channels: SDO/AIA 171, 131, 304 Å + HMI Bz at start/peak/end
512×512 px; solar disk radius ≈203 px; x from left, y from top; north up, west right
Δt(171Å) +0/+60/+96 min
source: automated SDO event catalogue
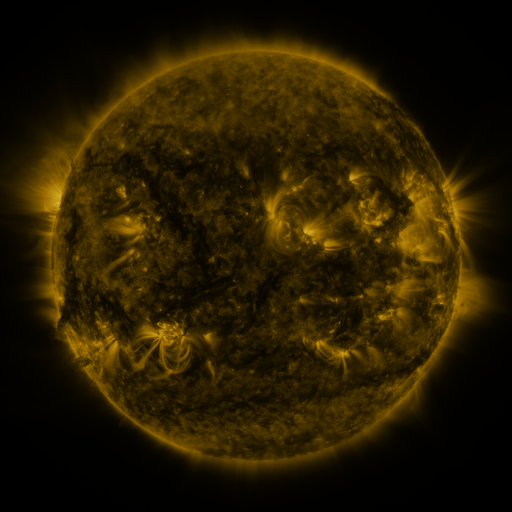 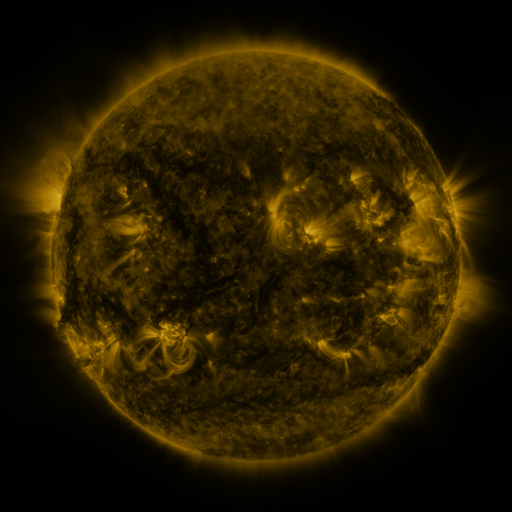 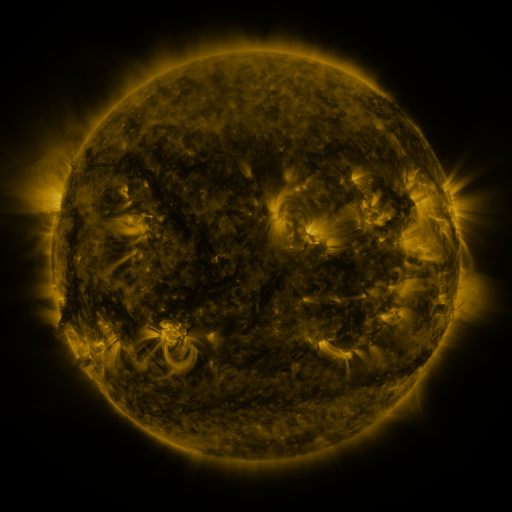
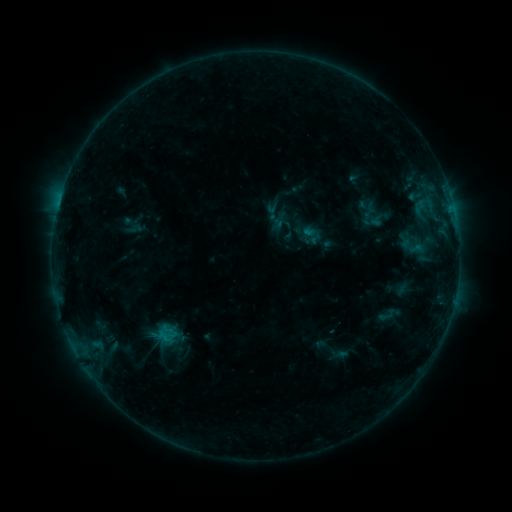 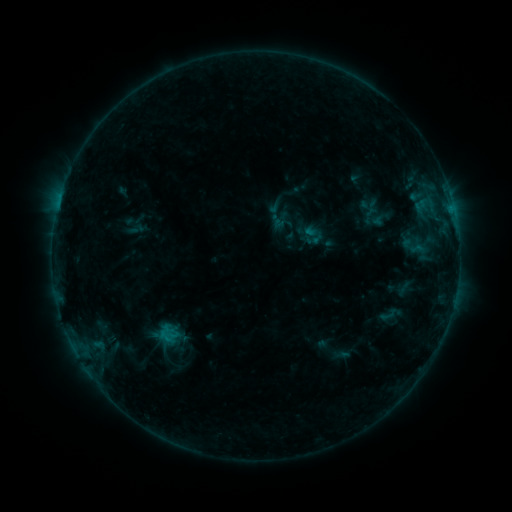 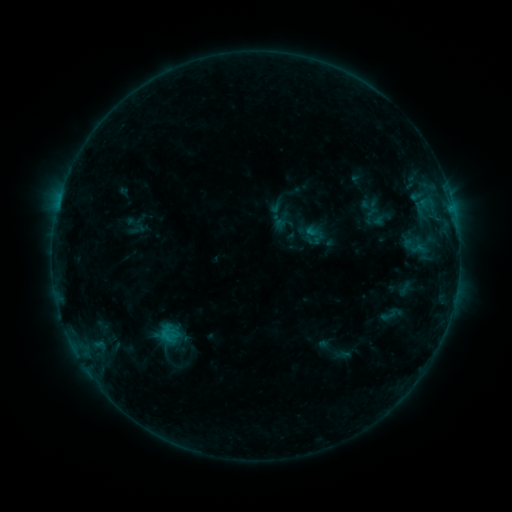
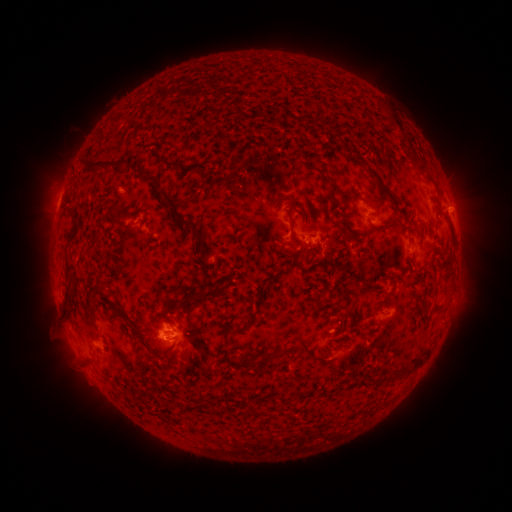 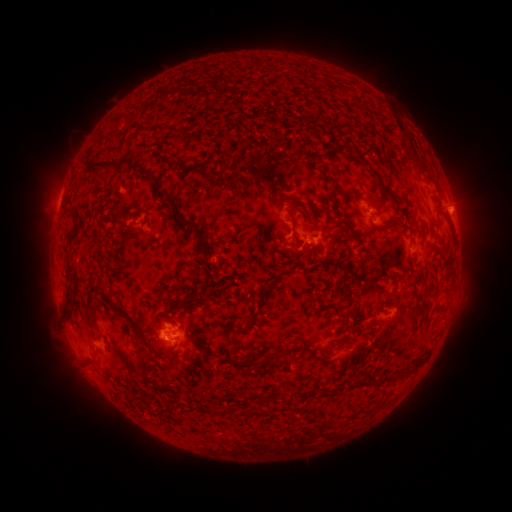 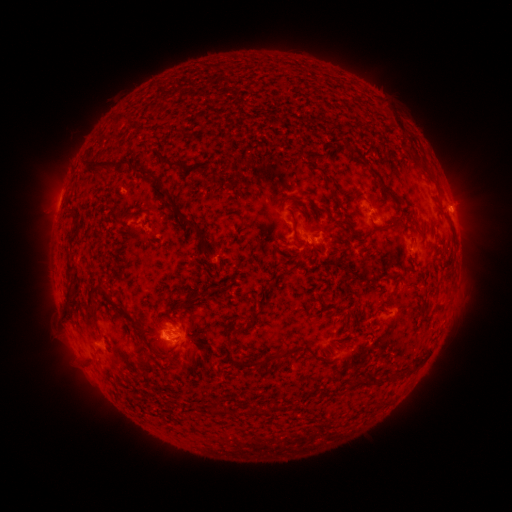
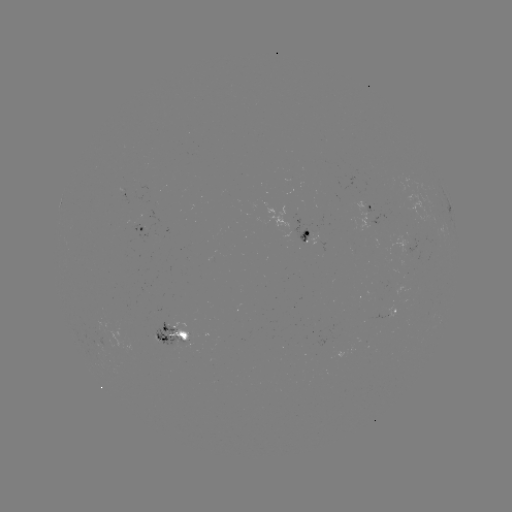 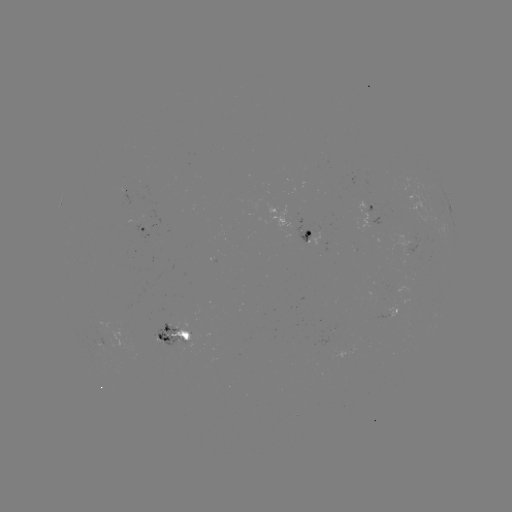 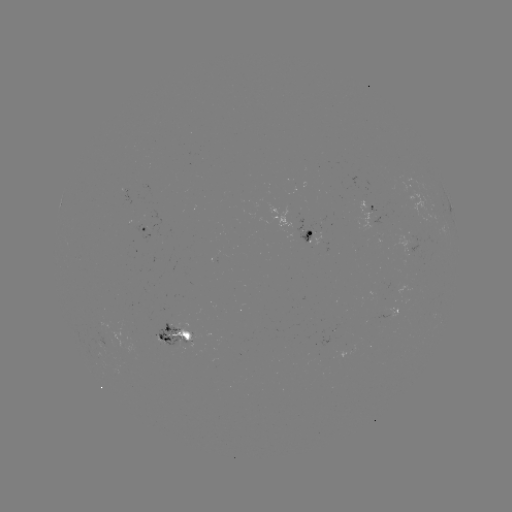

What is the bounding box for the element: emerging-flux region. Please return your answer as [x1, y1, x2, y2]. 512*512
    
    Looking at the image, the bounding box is [390, 206, 405, 213].